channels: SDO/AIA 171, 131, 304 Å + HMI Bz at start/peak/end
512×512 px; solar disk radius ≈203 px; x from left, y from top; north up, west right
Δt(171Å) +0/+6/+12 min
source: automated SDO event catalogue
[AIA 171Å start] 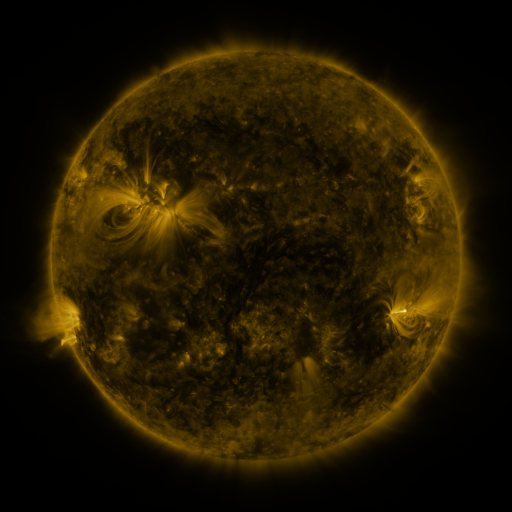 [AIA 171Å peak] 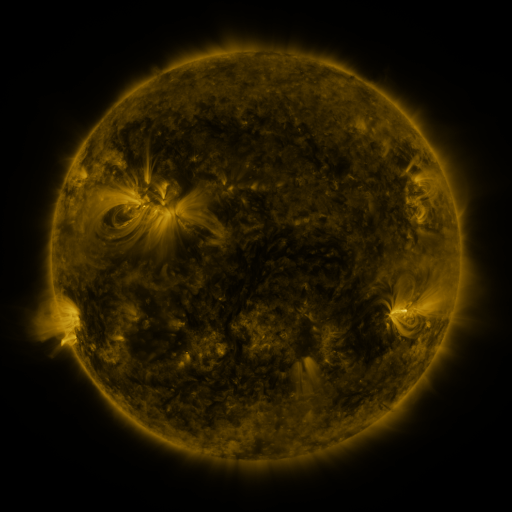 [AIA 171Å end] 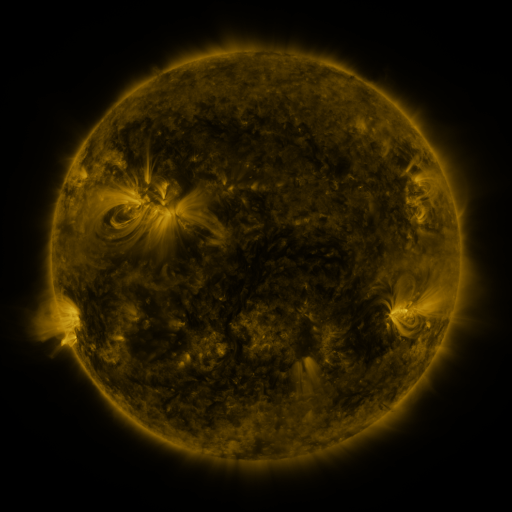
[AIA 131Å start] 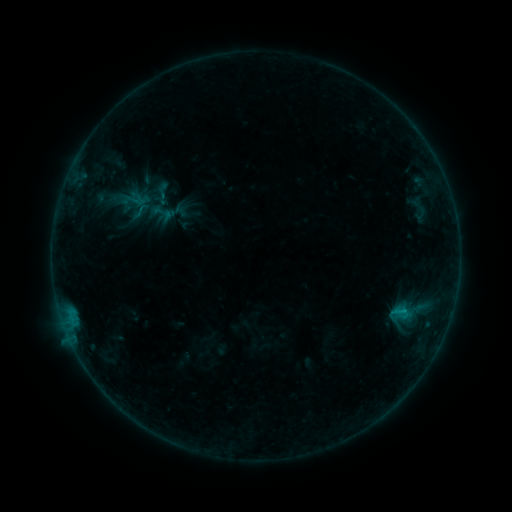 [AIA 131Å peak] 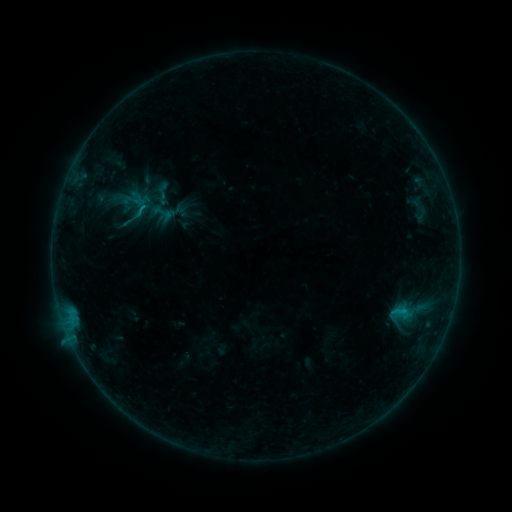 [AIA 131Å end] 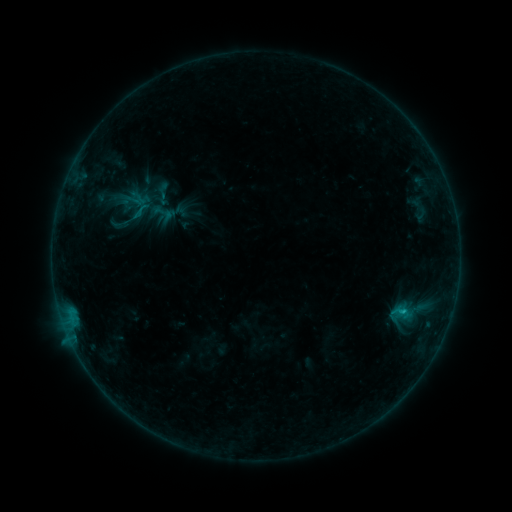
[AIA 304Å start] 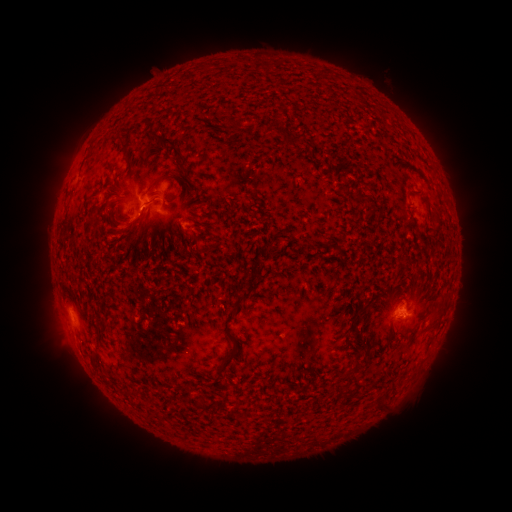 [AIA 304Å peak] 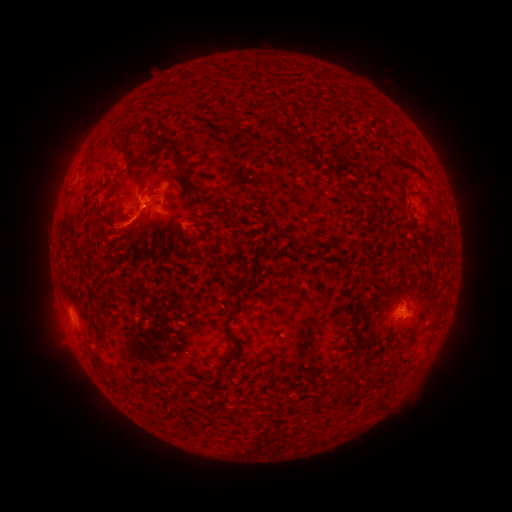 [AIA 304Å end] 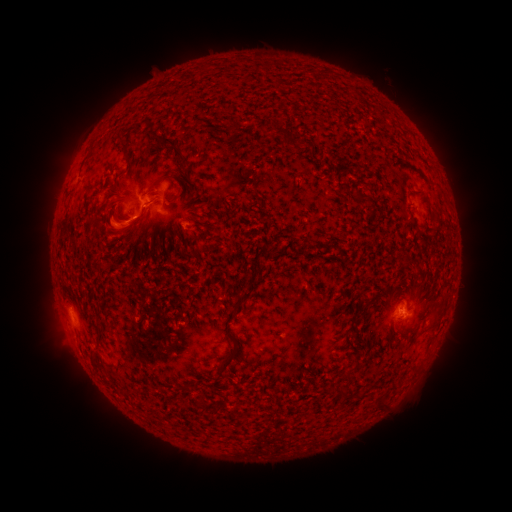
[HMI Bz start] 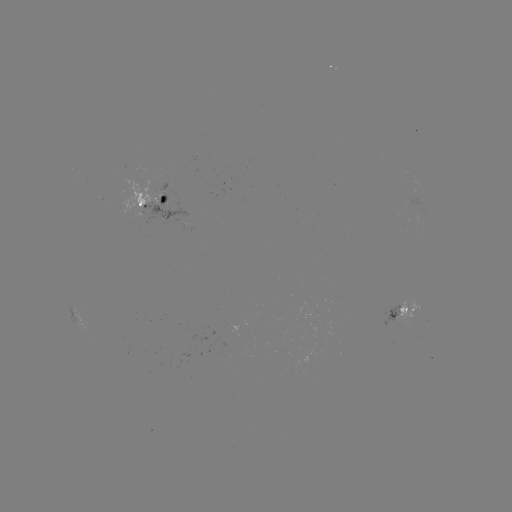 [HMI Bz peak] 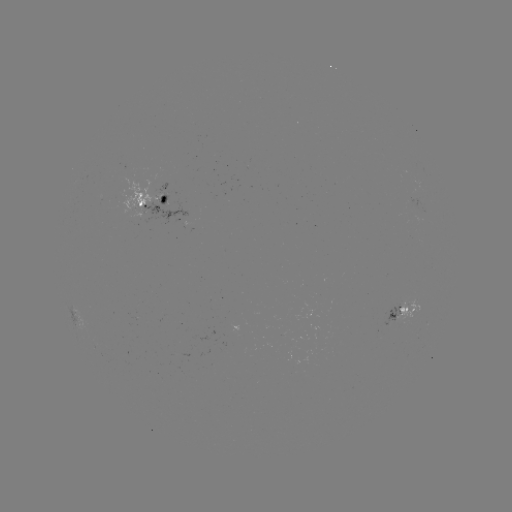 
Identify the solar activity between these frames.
B8.6 flare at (138, 217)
